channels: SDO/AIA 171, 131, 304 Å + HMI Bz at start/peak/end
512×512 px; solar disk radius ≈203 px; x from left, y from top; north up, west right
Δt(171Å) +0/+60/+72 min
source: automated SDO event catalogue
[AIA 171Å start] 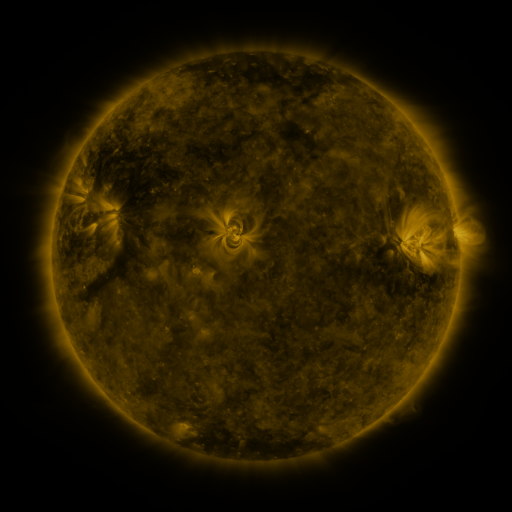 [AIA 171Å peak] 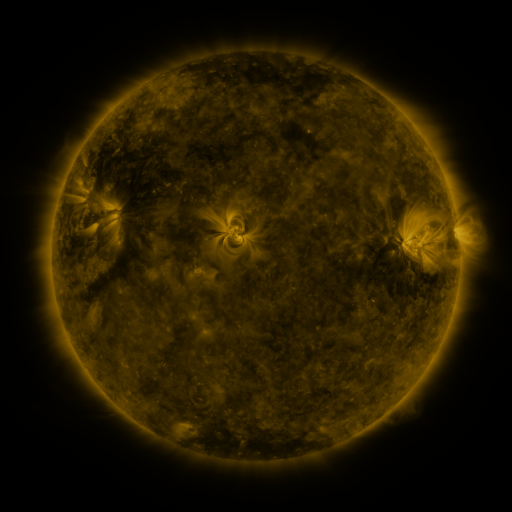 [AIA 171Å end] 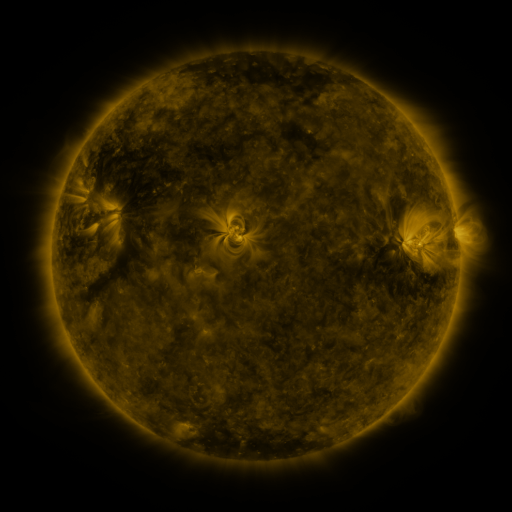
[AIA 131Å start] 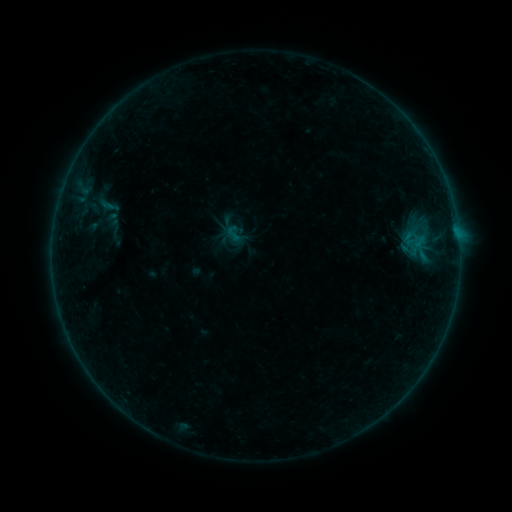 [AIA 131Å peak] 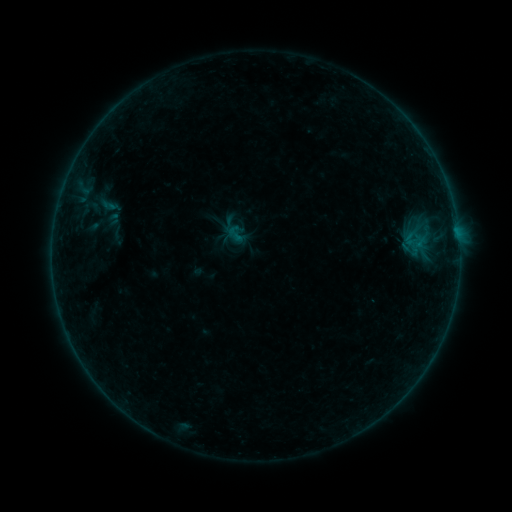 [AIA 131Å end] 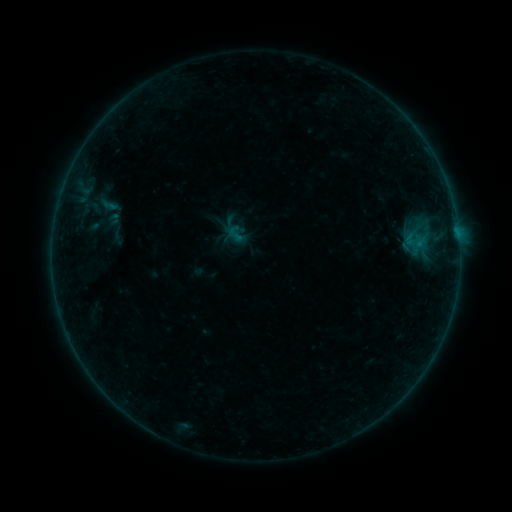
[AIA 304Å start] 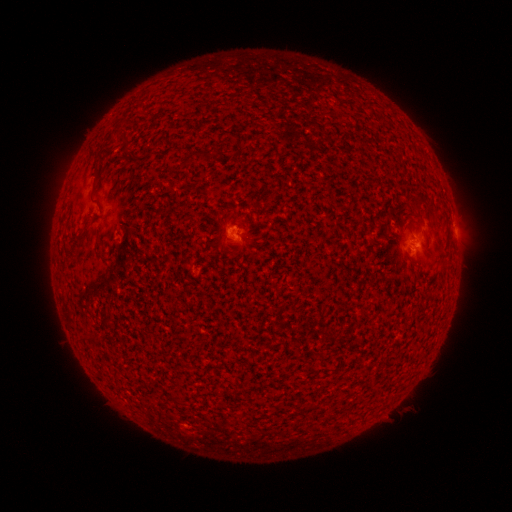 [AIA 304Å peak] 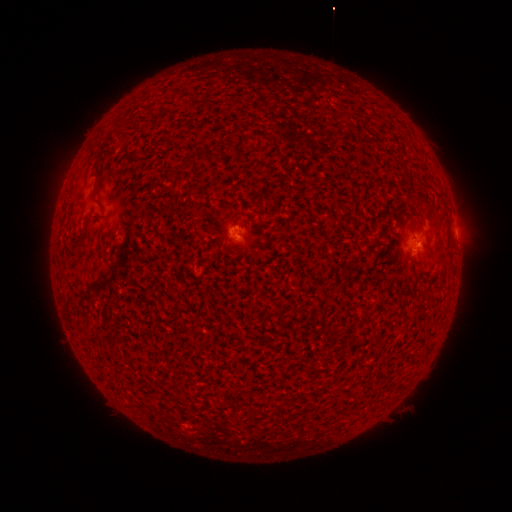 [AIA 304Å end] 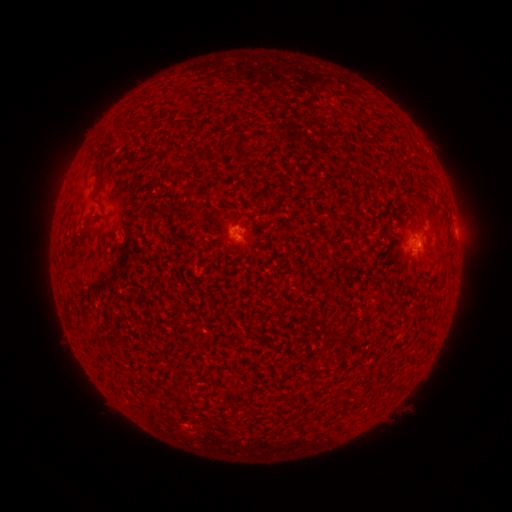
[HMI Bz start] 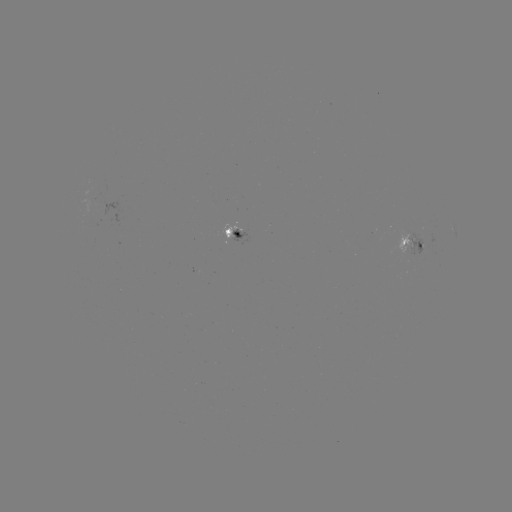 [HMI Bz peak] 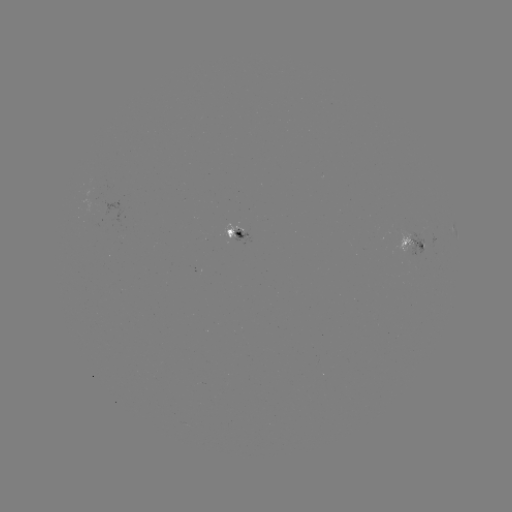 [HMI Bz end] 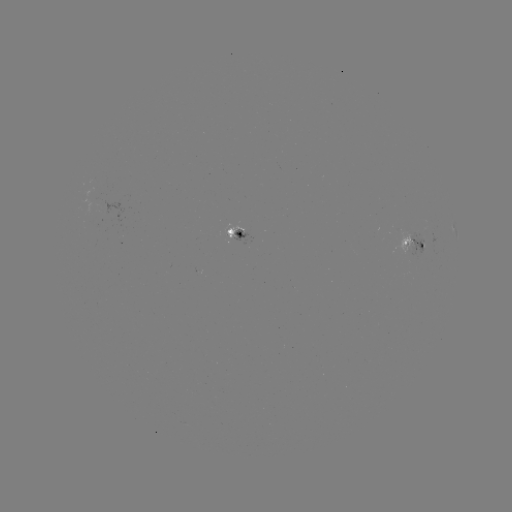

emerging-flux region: [392, 229, 414, 253]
